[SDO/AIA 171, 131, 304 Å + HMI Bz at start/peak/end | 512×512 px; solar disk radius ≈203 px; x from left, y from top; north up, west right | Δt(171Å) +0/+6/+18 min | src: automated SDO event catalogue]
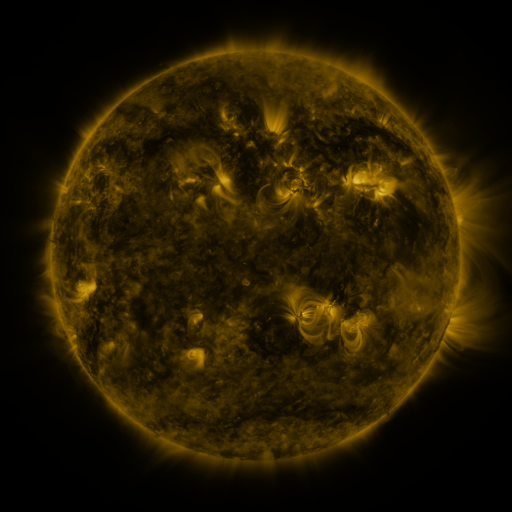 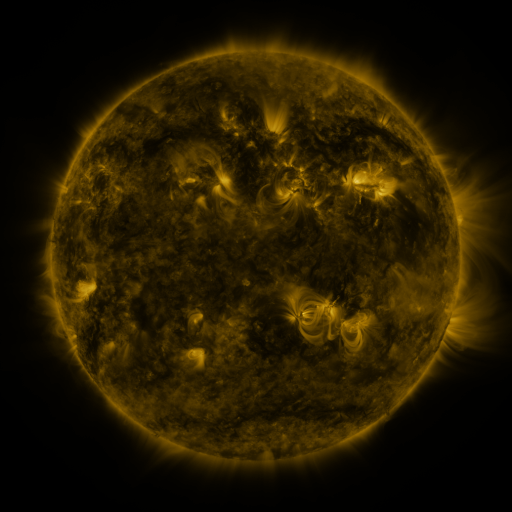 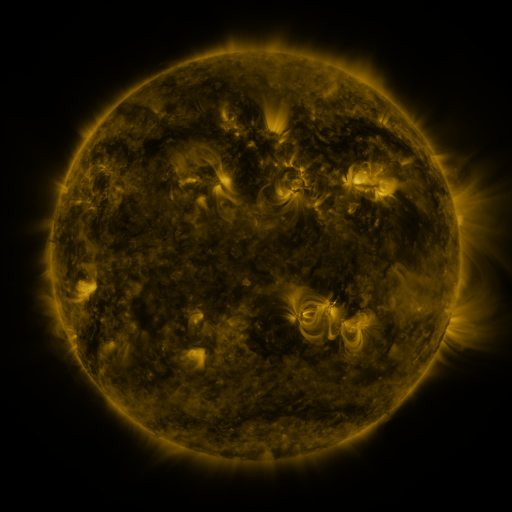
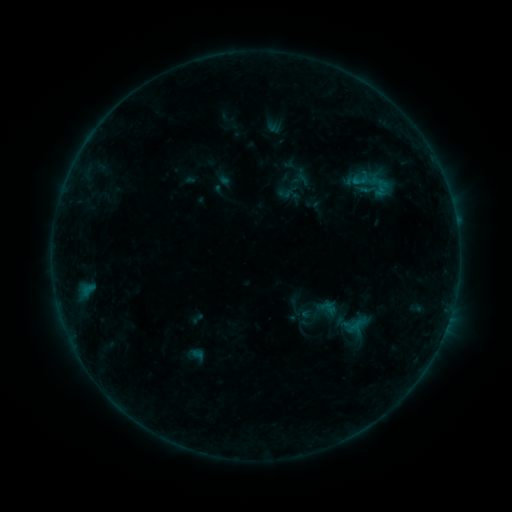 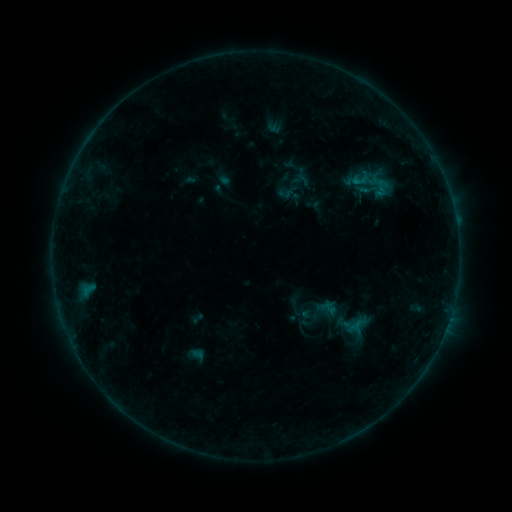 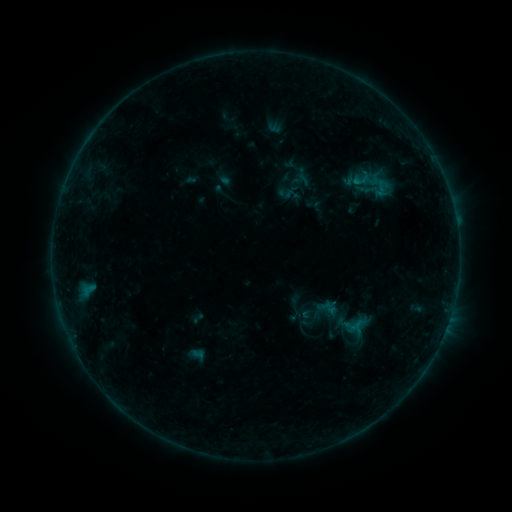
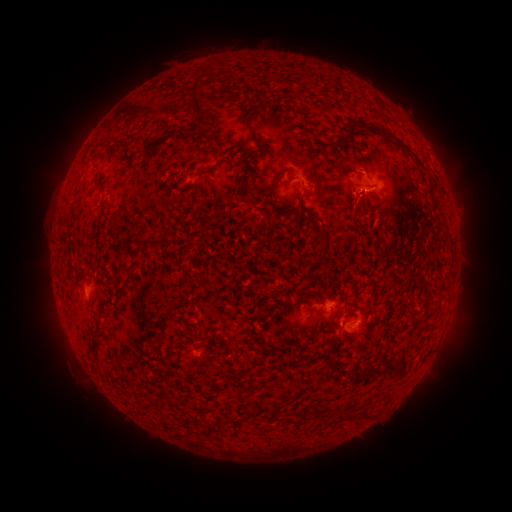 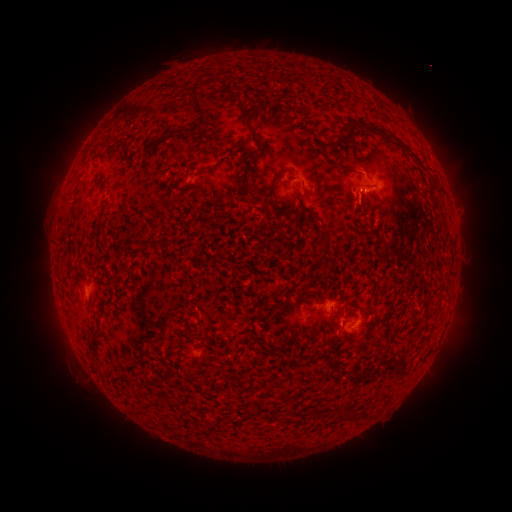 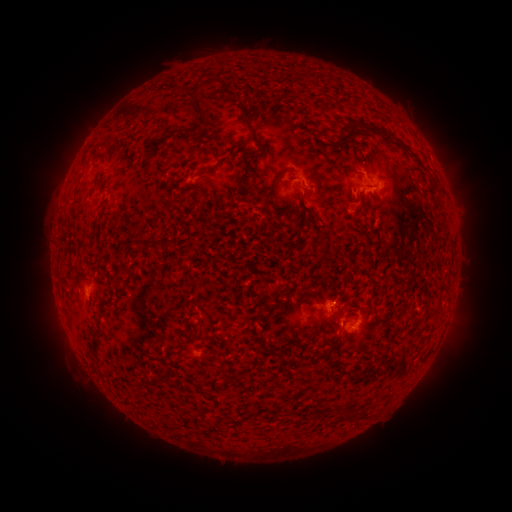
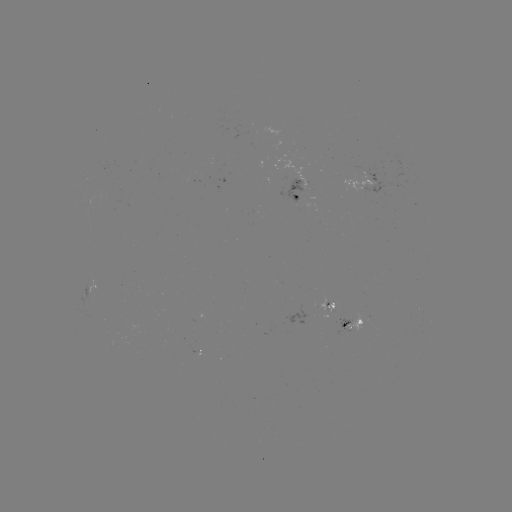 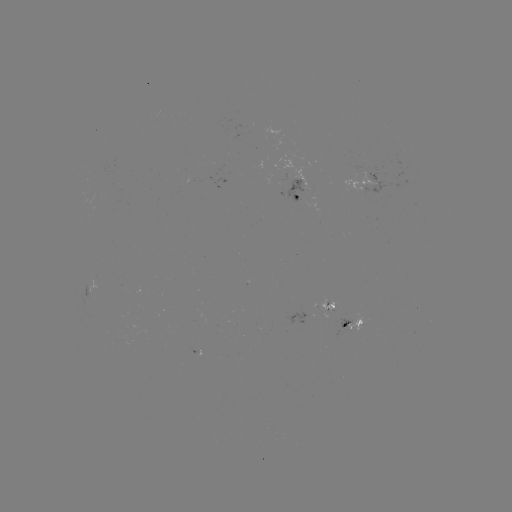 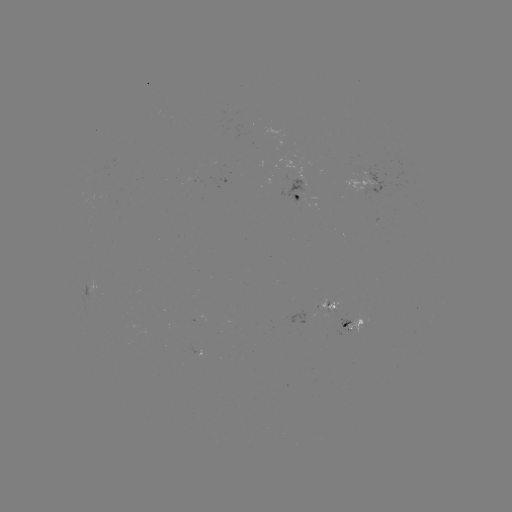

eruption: [339, 186, 377, 226]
